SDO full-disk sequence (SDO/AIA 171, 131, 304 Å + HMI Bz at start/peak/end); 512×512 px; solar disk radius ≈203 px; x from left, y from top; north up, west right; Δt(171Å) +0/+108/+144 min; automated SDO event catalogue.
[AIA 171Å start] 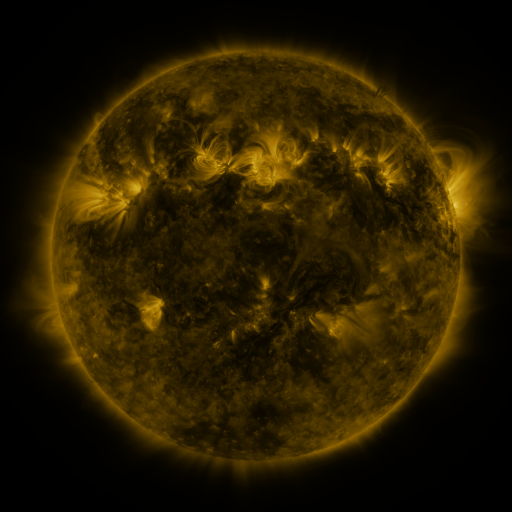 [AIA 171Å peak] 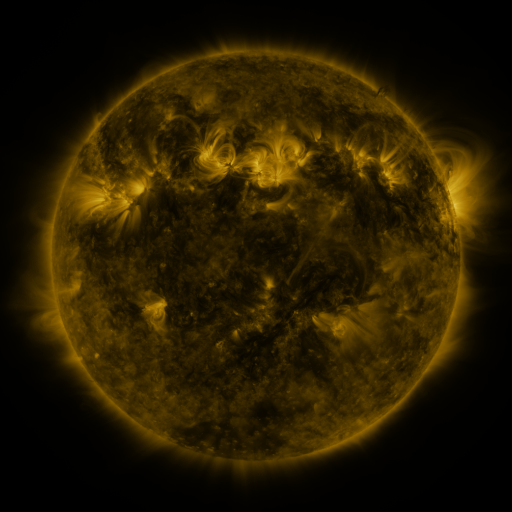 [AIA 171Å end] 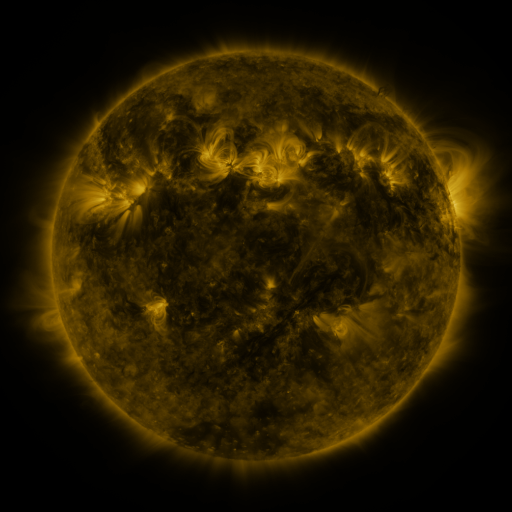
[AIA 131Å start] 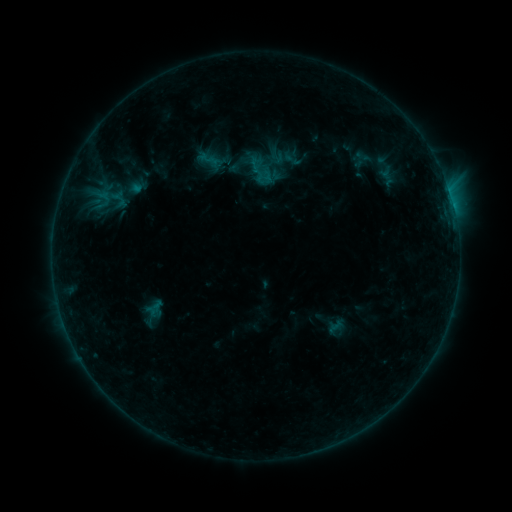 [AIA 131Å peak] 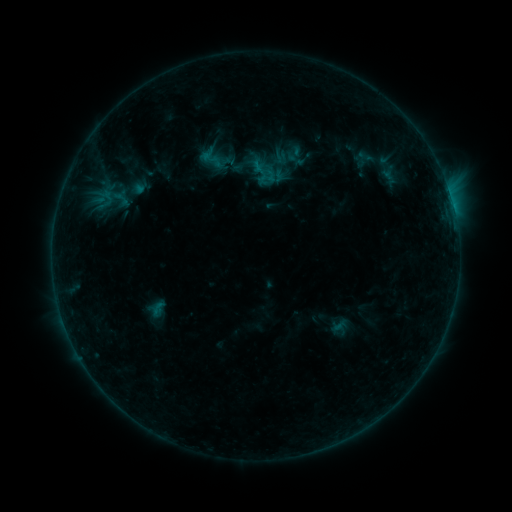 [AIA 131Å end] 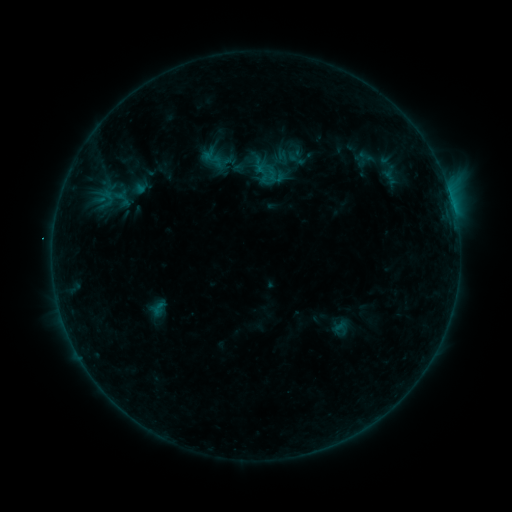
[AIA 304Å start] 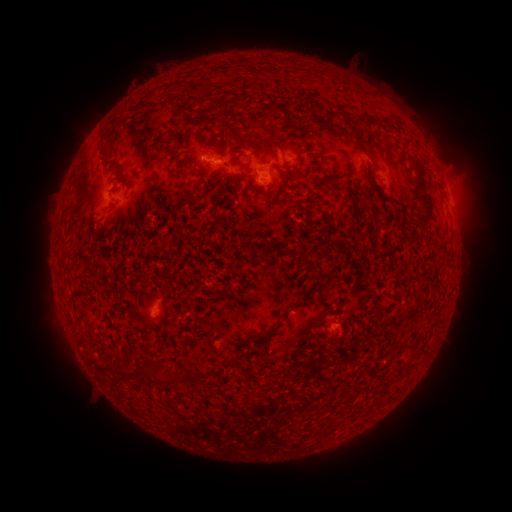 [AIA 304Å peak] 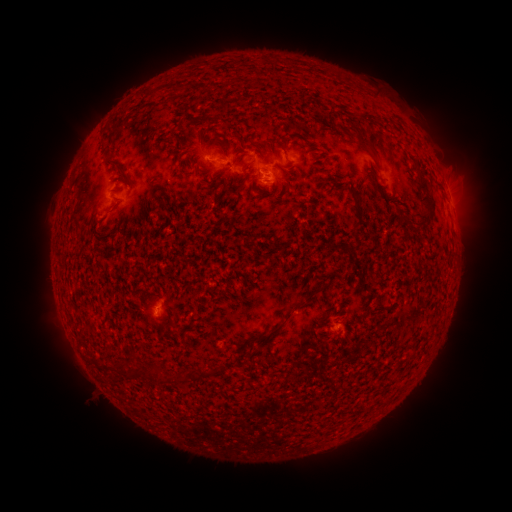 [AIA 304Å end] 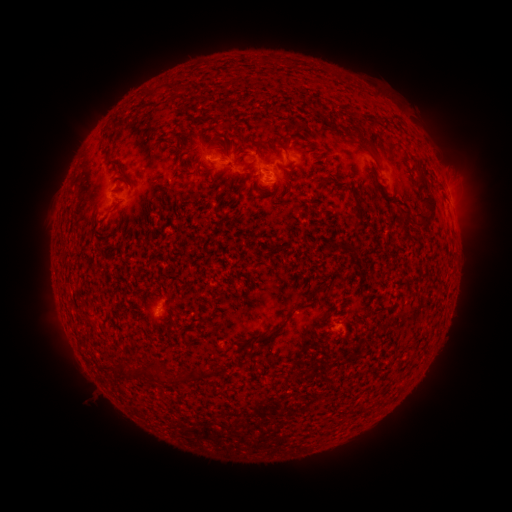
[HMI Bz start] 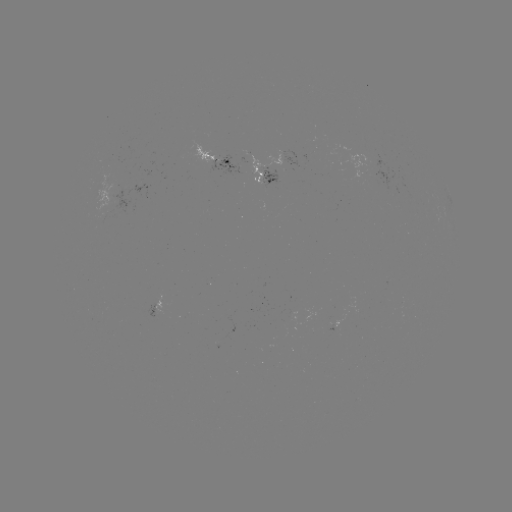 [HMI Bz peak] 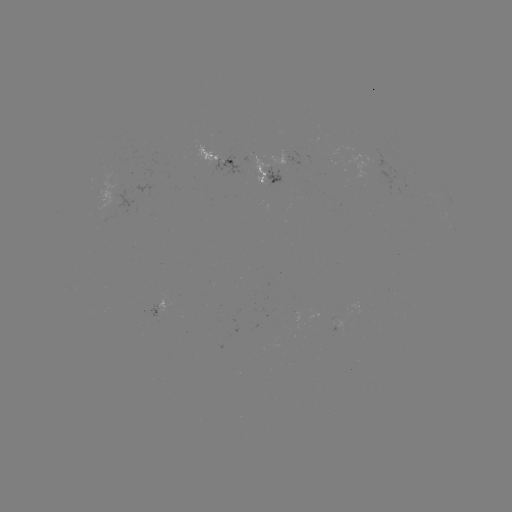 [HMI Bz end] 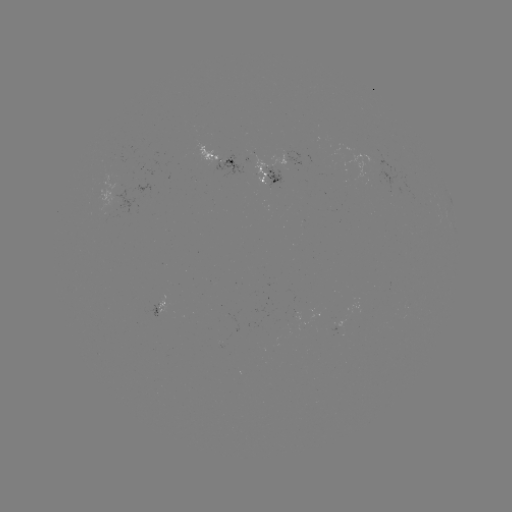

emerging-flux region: [219, 155, 242, 174]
